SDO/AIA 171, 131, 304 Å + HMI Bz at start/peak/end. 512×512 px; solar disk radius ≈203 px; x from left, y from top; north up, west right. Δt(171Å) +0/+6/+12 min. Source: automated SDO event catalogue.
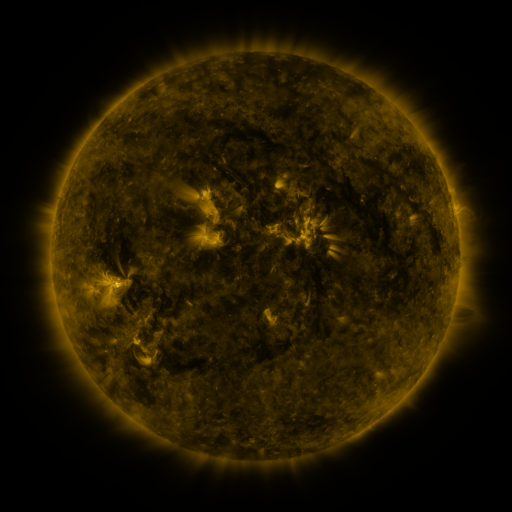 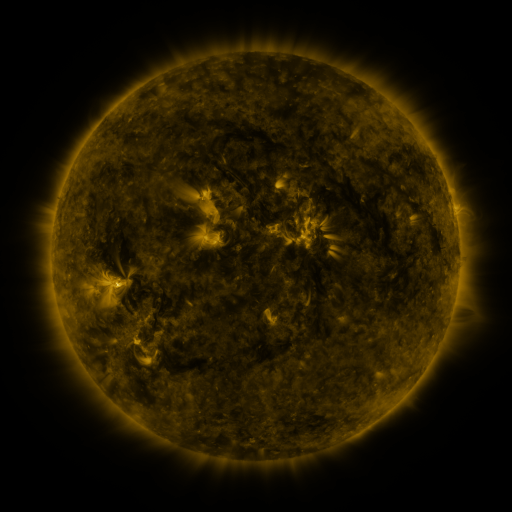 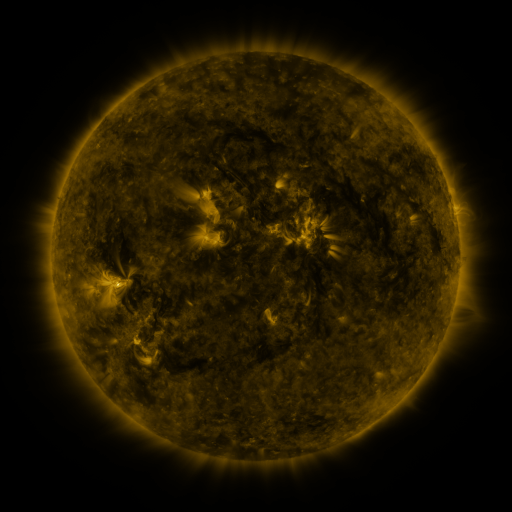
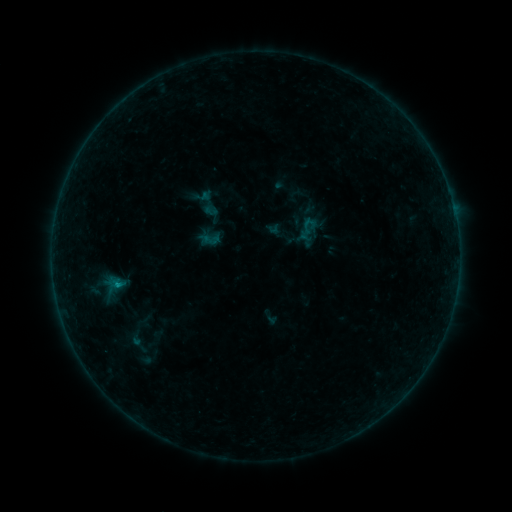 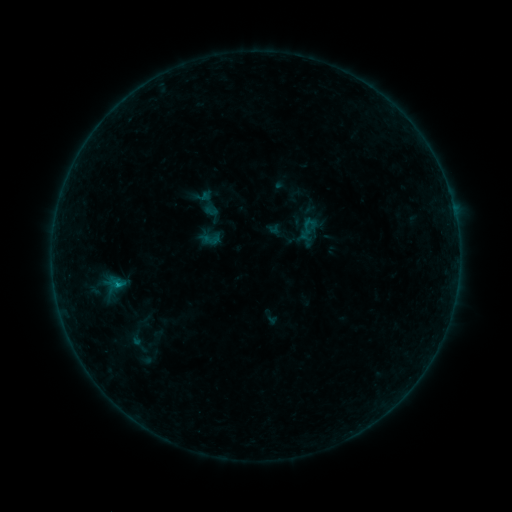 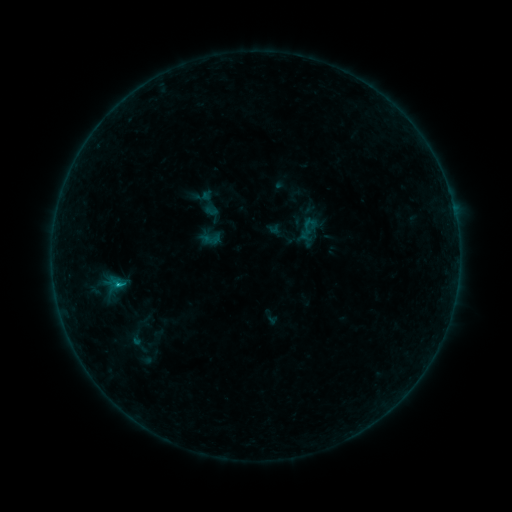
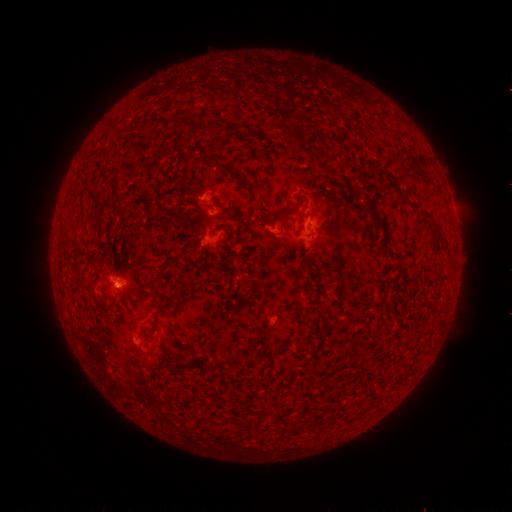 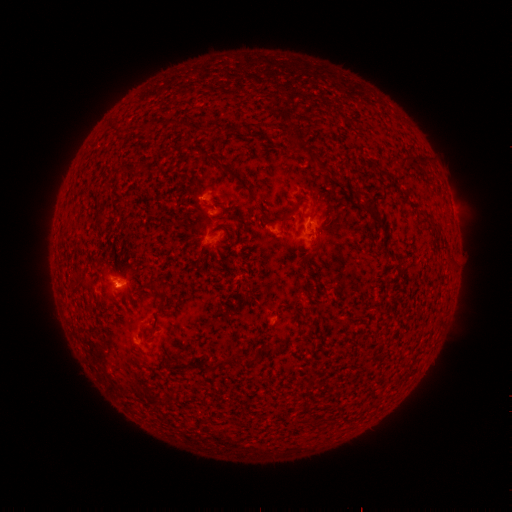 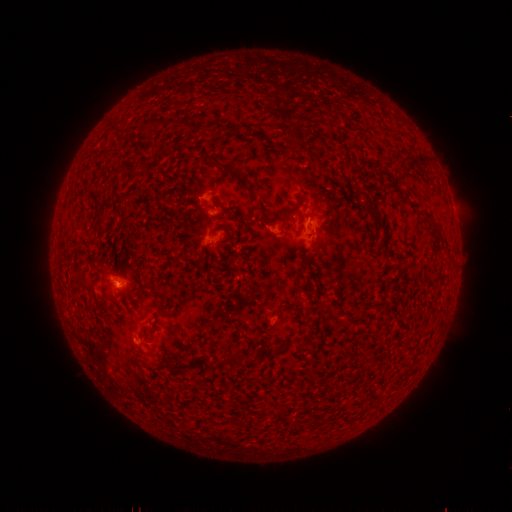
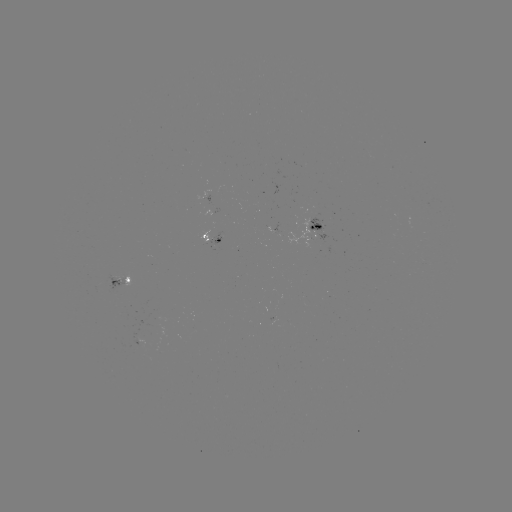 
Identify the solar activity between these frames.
C2.3 flare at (118, 283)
